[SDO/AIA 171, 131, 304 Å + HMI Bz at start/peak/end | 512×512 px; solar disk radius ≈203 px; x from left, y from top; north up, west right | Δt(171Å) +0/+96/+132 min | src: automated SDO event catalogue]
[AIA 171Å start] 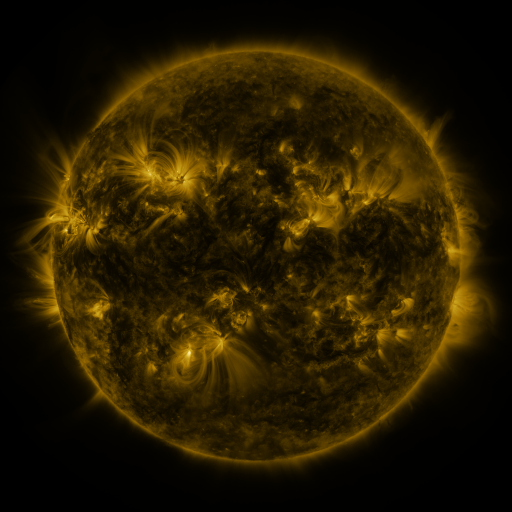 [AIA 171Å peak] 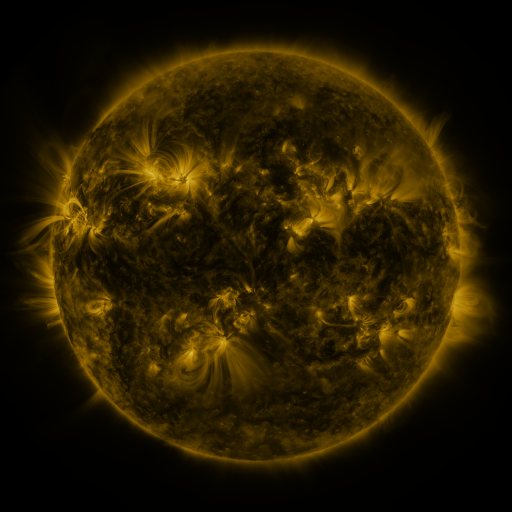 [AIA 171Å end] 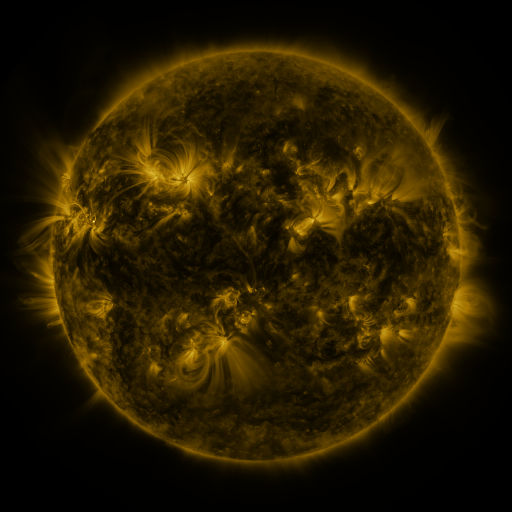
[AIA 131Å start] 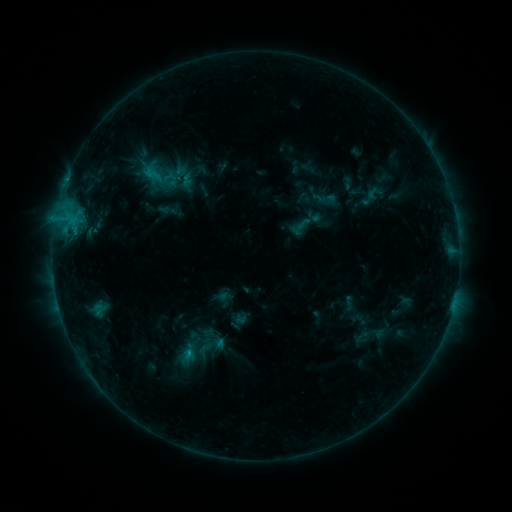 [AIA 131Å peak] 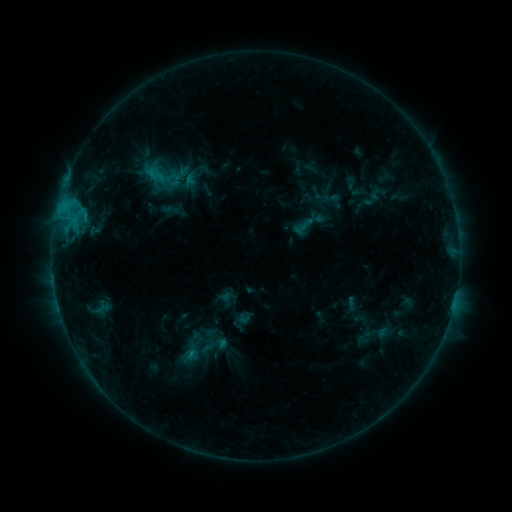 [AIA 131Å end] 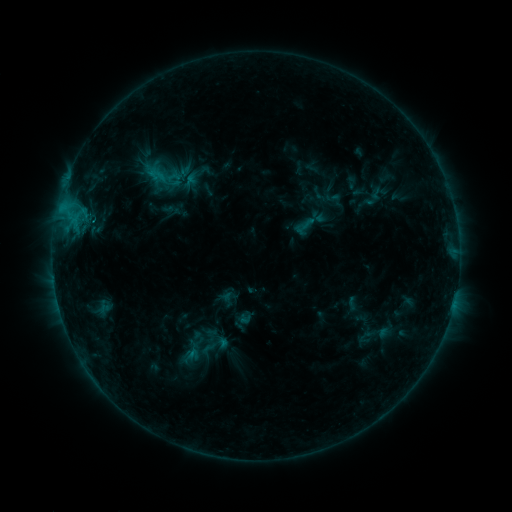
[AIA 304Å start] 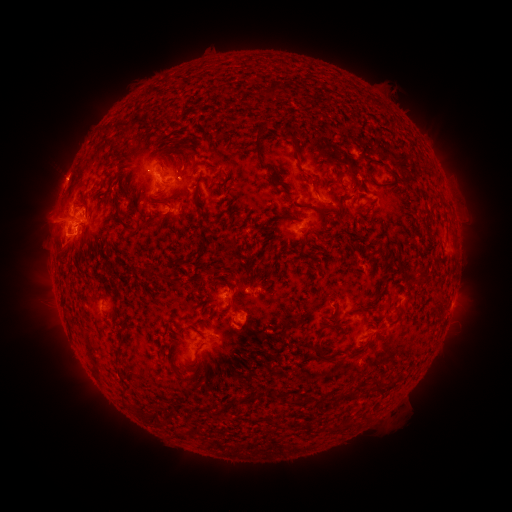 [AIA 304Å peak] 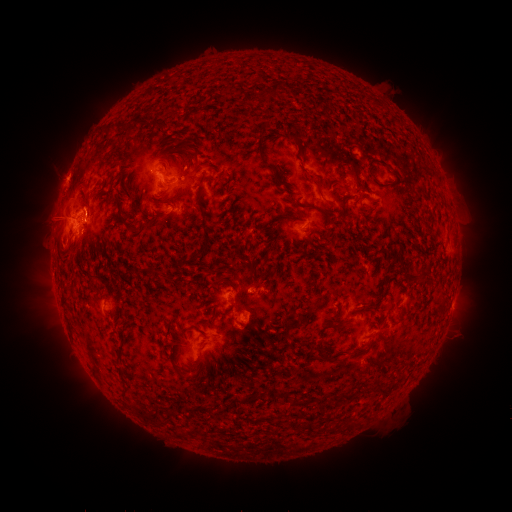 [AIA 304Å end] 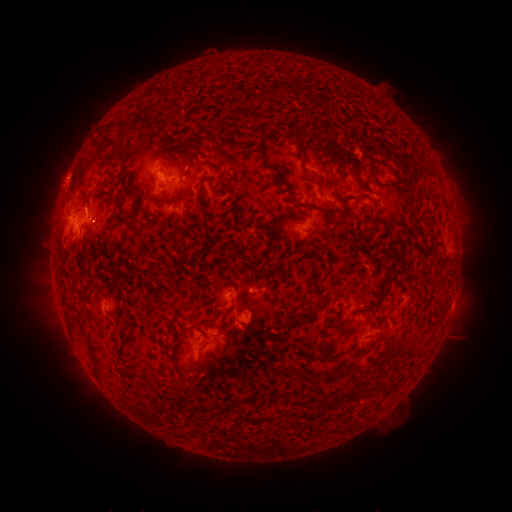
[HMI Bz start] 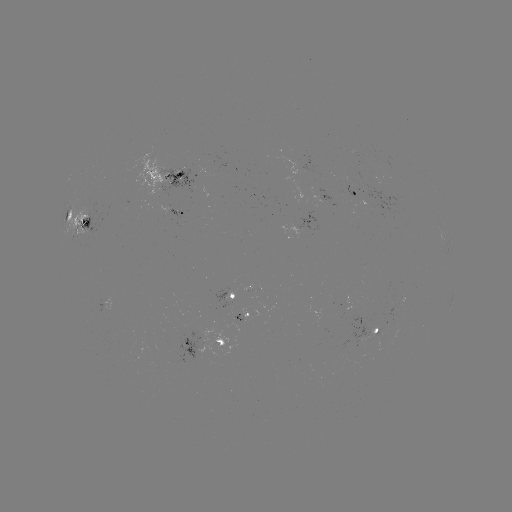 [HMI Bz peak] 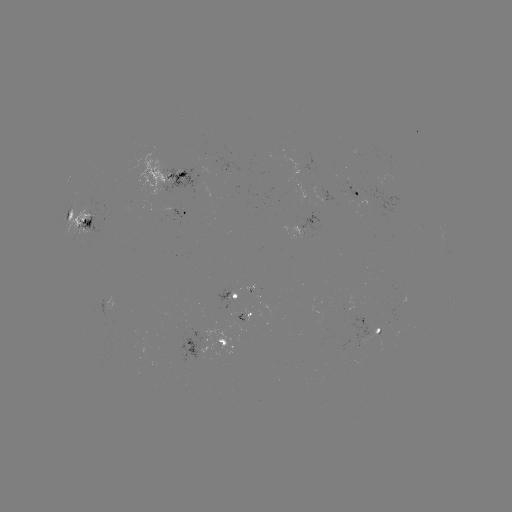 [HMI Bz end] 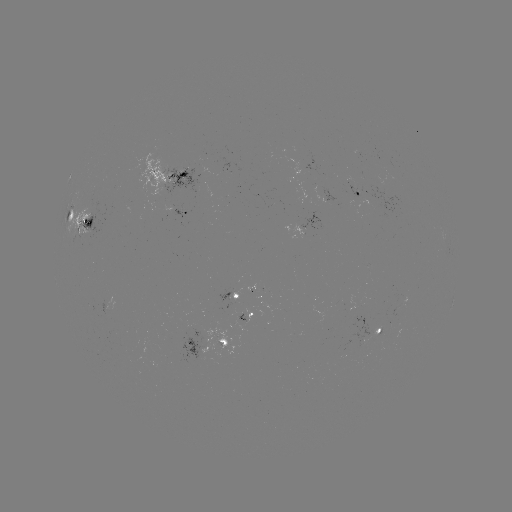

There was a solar emerging-flux region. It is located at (315, 191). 